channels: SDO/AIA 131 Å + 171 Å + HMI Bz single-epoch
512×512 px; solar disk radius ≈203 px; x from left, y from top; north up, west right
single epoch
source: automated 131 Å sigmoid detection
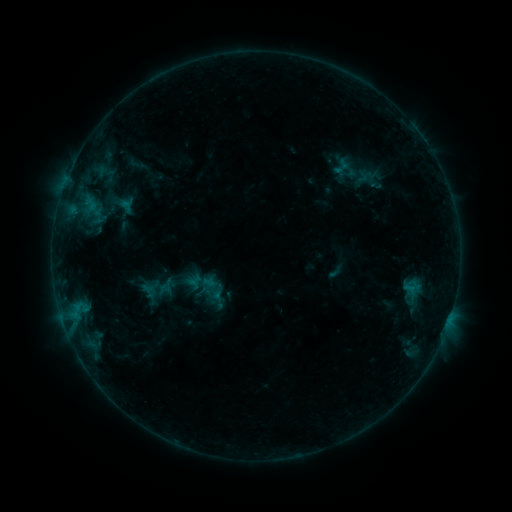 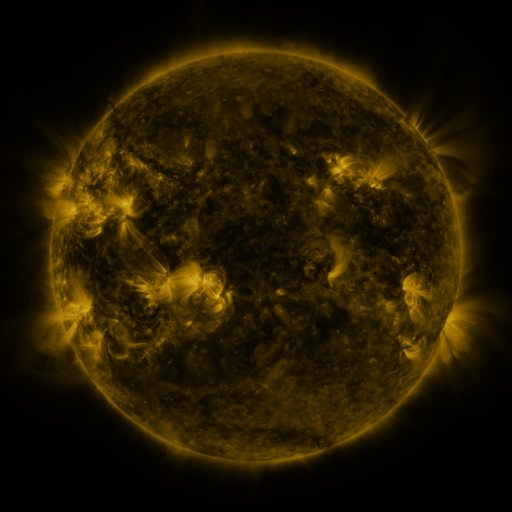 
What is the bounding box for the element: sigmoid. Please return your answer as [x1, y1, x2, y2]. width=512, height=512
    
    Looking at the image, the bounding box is [202, 279, 225, 300].